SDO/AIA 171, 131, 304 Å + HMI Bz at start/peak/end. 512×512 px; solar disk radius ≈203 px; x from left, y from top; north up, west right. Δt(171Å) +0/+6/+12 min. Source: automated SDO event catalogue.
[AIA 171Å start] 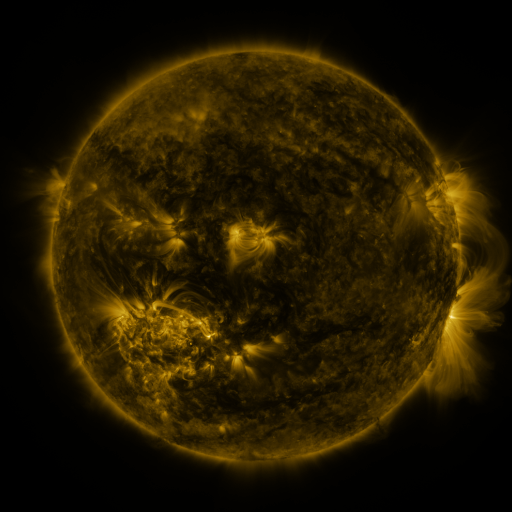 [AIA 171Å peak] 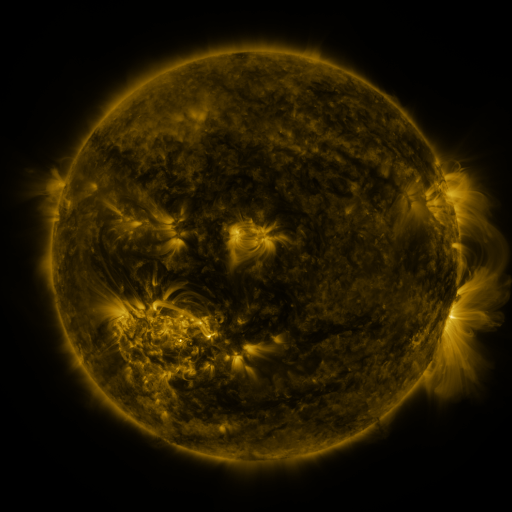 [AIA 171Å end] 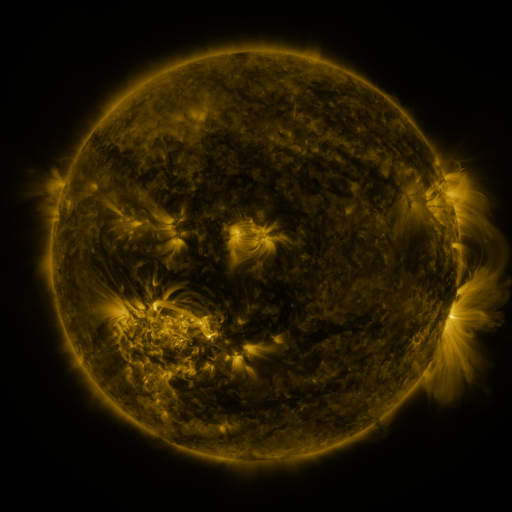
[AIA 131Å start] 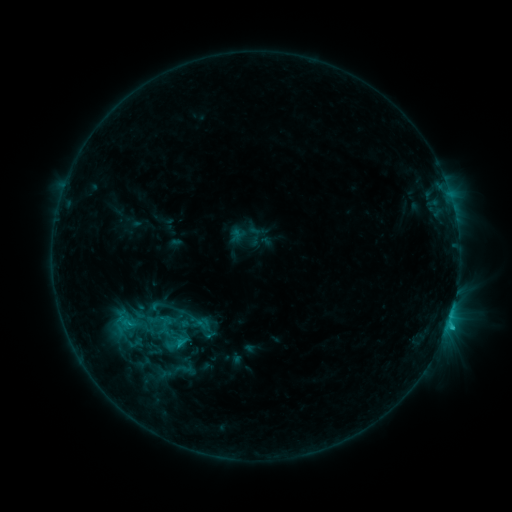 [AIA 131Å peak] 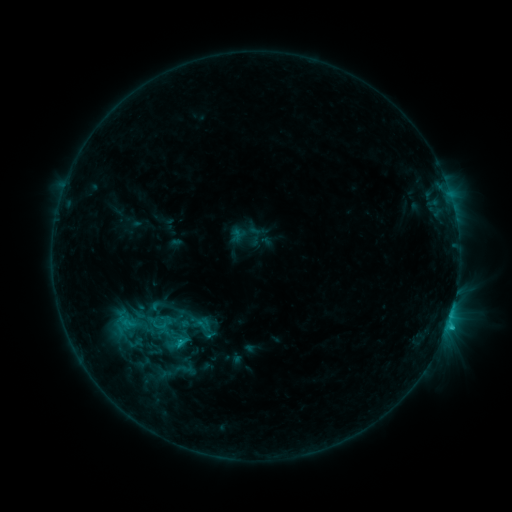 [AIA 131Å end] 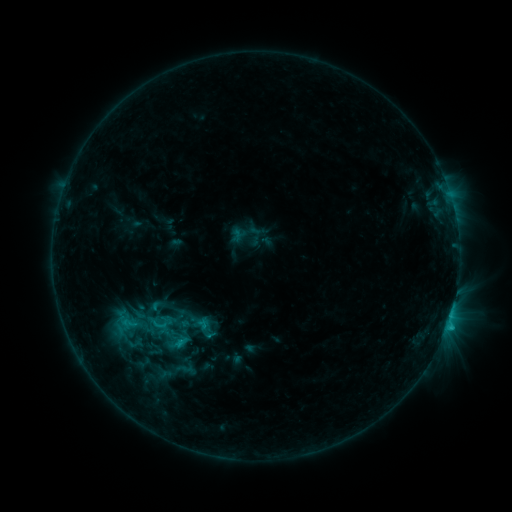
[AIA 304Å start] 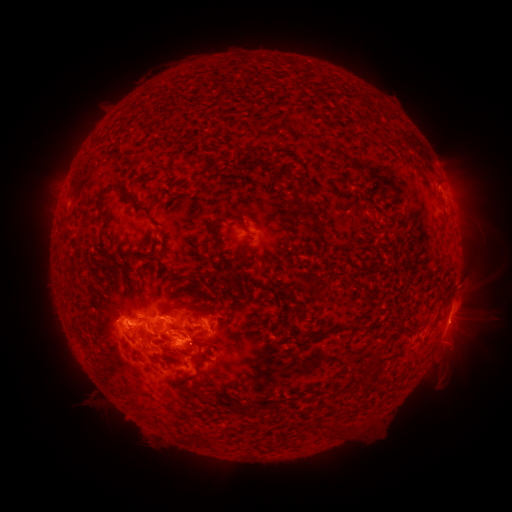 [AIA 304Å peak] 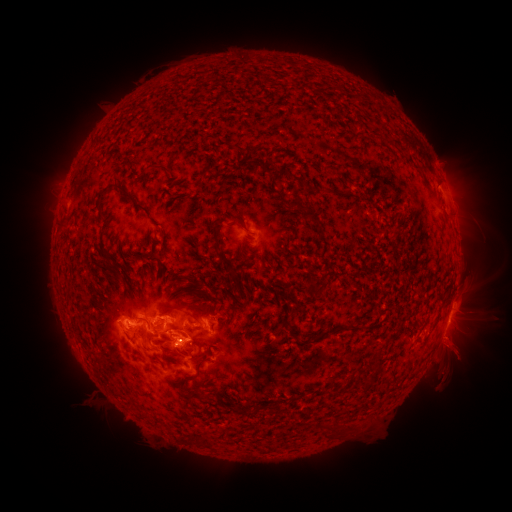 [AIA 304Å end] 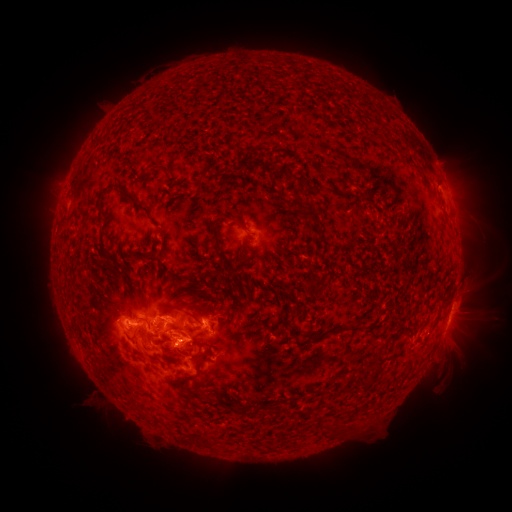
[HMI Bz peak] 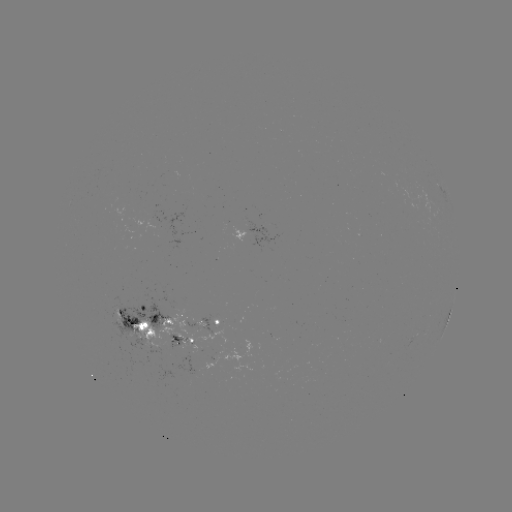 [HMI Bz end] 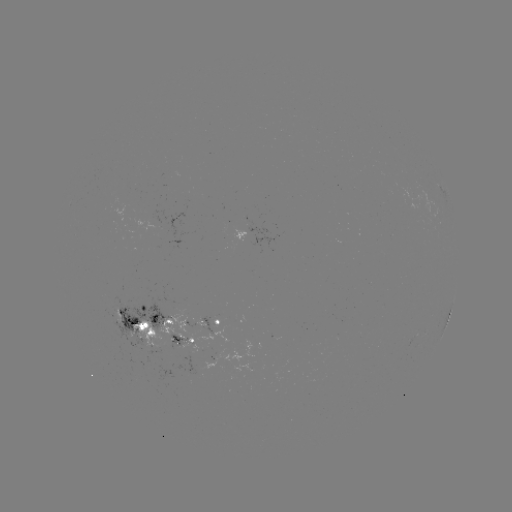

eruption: (435, 330, 483, 377)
